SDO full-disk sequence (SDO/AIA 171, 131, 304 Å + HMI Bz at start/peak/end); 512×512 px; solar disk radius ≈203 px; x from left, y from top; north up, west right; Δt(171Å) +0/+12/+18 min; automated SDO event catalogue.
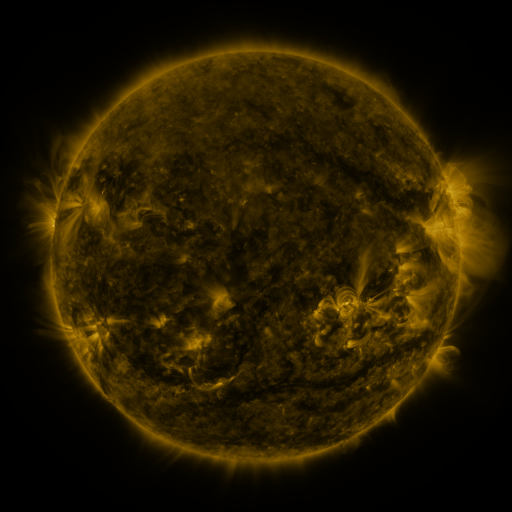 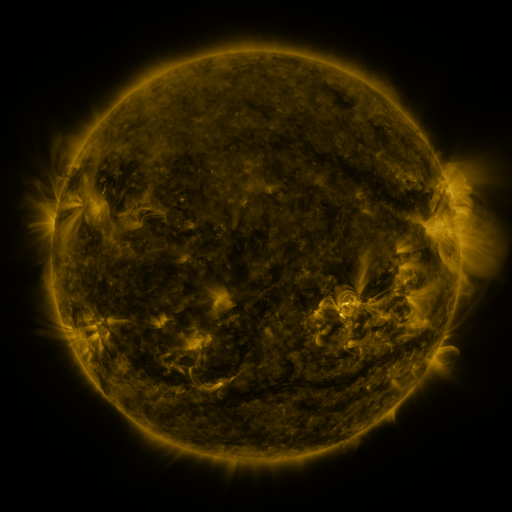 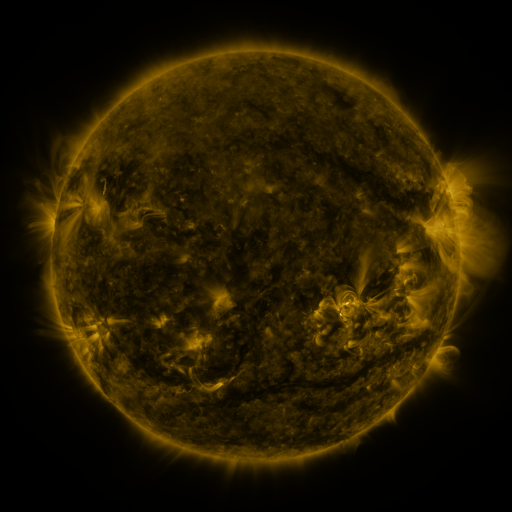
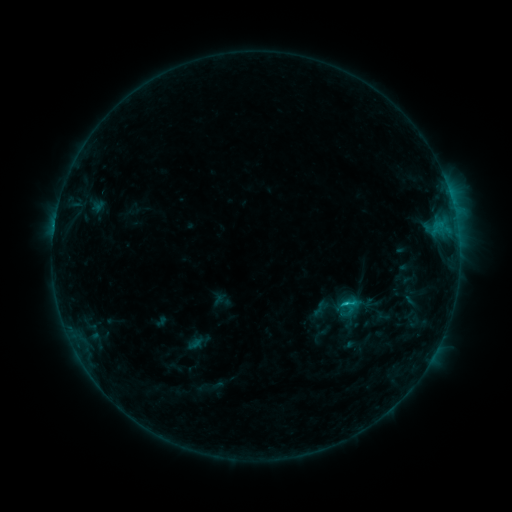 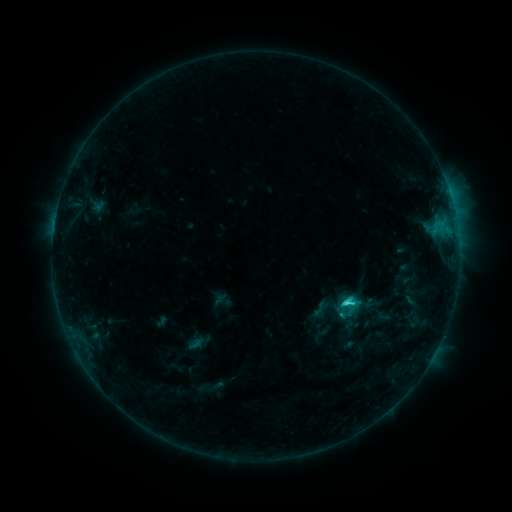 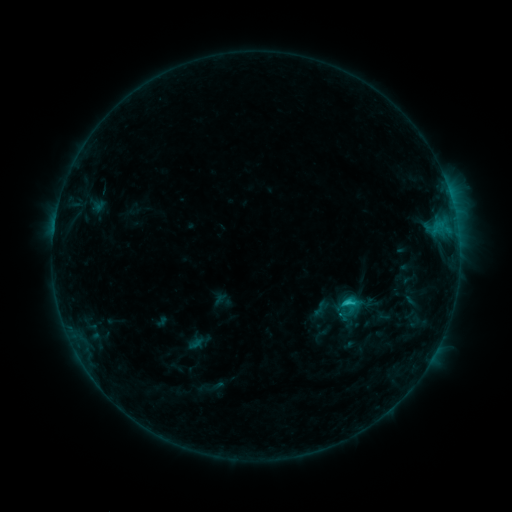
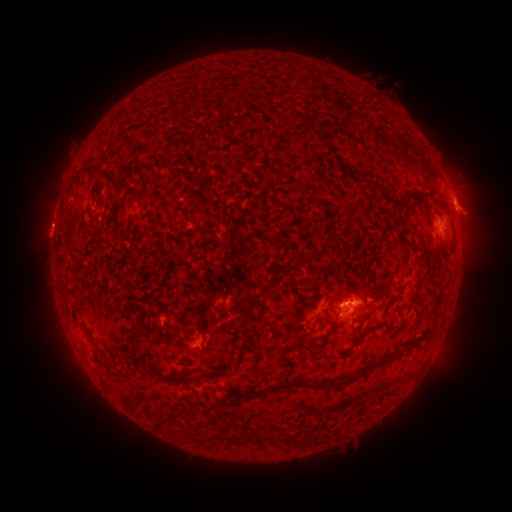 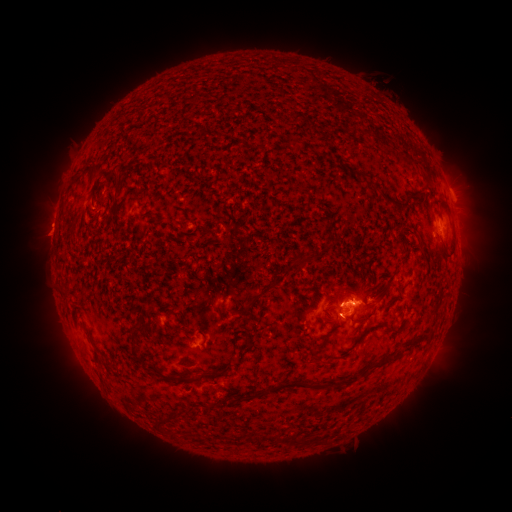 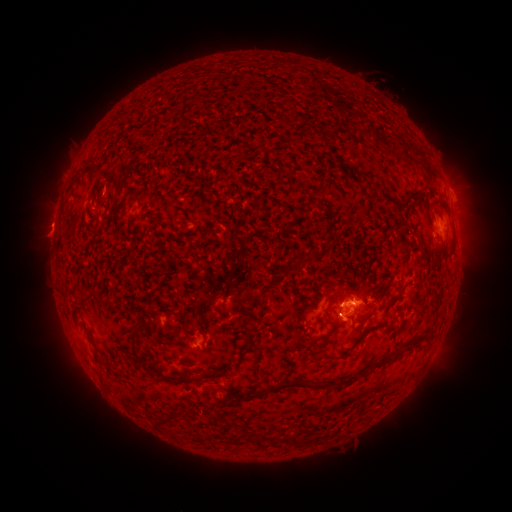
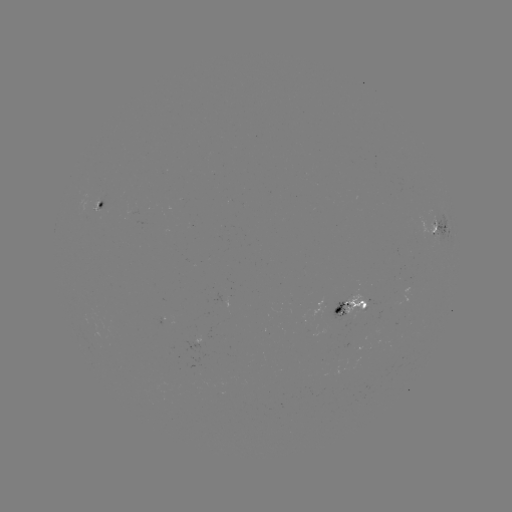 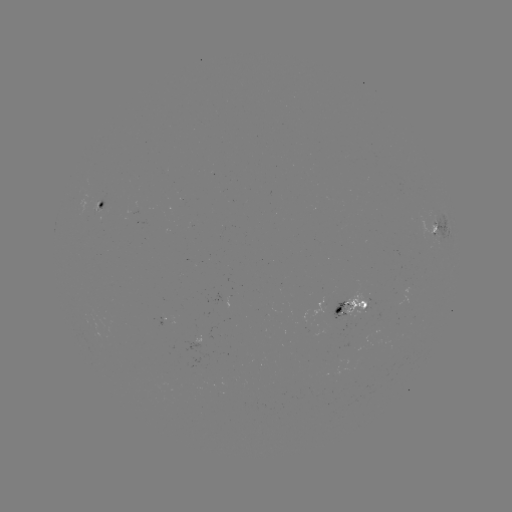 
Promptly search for C2.1 flare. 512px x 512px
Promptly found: [346, 299].